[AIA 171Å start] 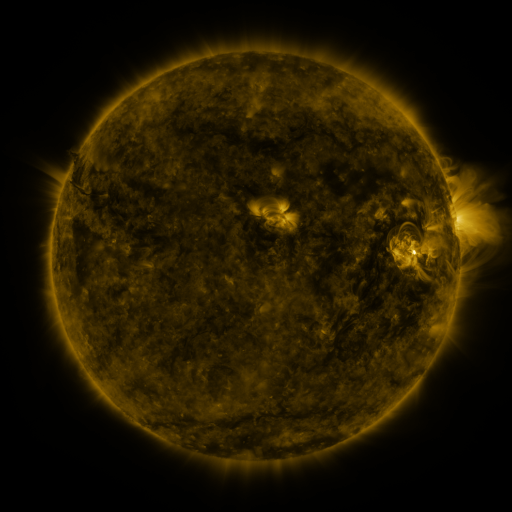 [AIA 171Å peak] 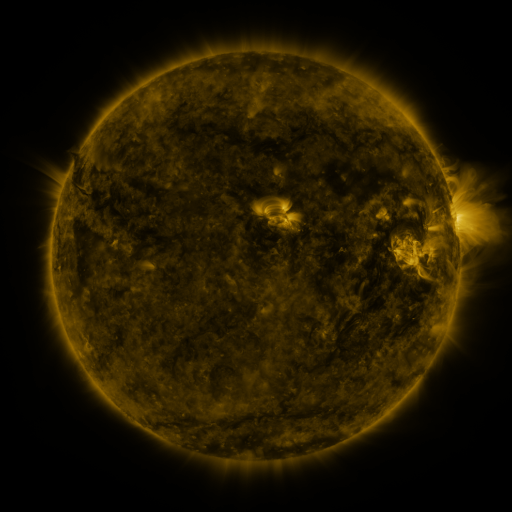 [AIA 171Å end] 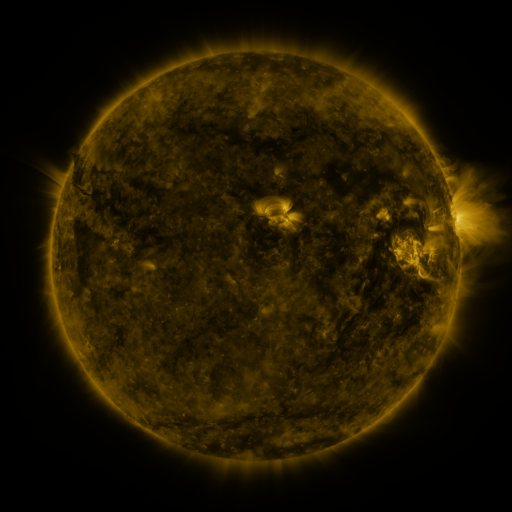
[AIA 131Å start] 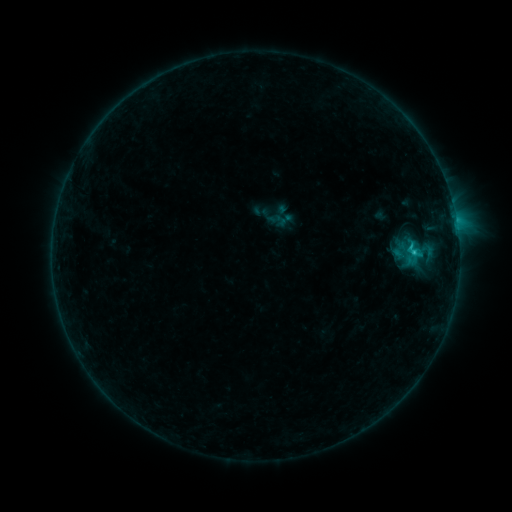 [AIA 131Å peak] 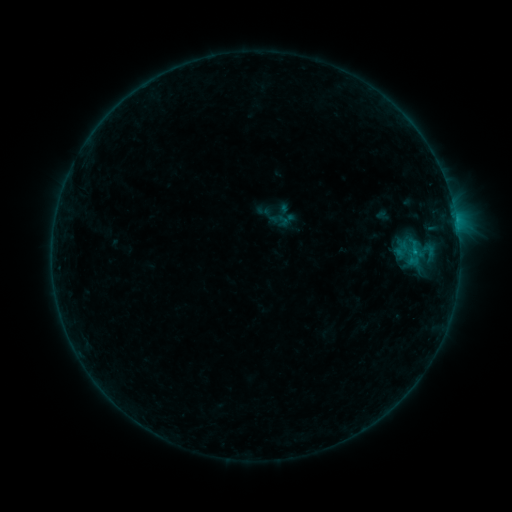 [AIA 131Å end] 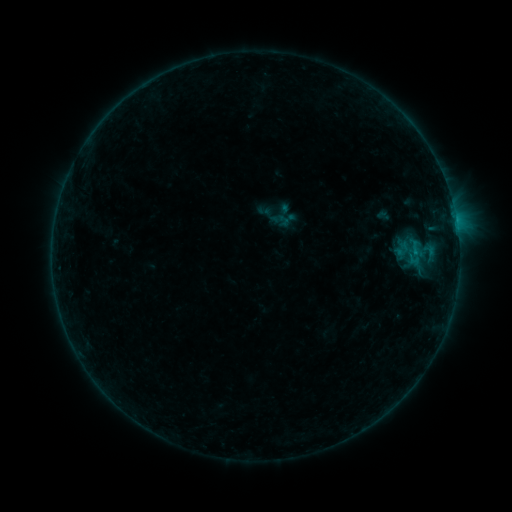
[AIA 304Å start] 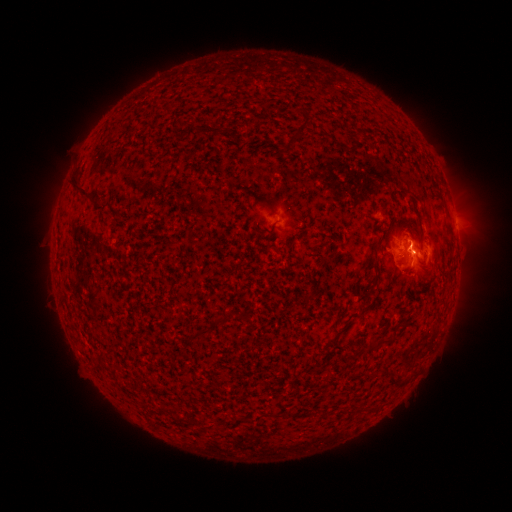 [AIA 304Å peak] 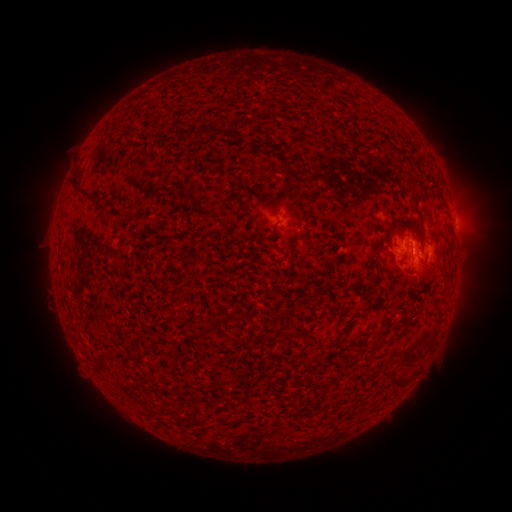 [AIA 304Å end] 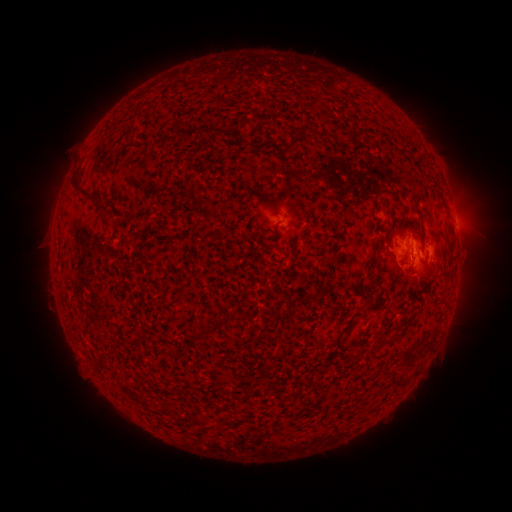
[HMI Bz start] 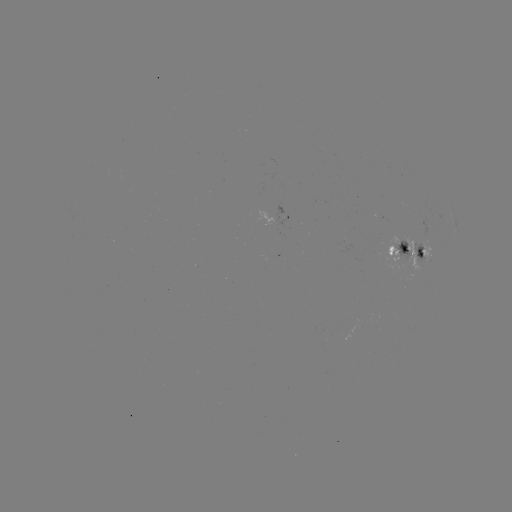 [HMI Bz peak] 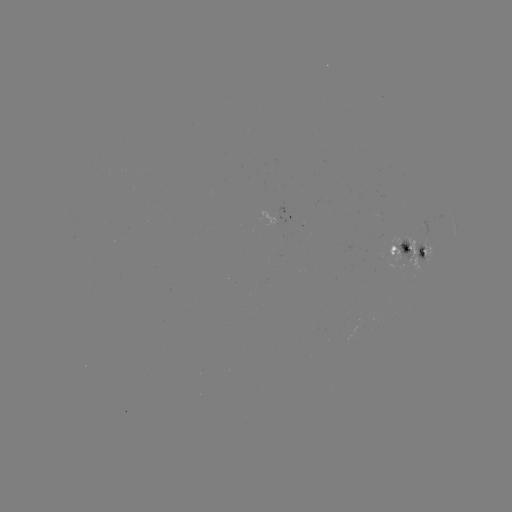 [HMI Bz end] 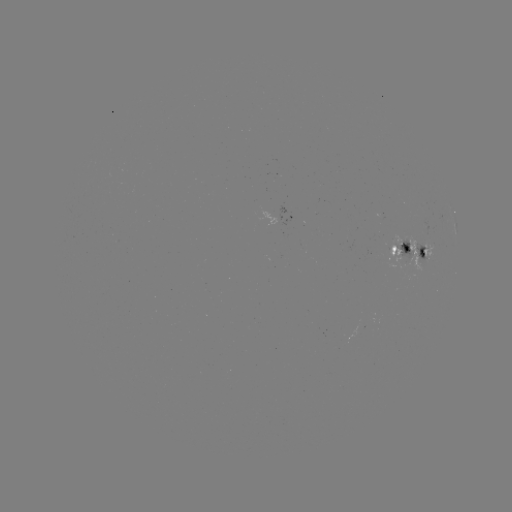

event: emerging-flux region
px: (404, 256)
